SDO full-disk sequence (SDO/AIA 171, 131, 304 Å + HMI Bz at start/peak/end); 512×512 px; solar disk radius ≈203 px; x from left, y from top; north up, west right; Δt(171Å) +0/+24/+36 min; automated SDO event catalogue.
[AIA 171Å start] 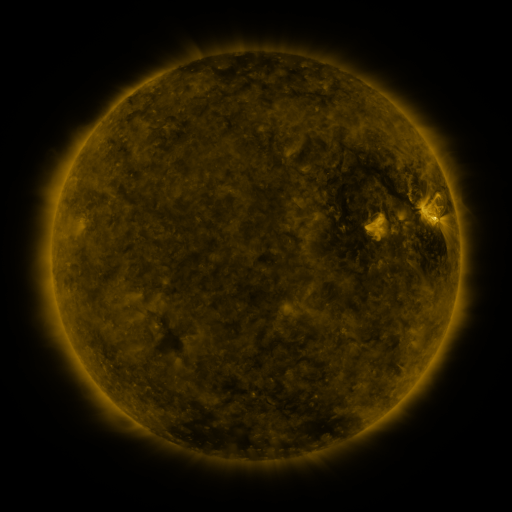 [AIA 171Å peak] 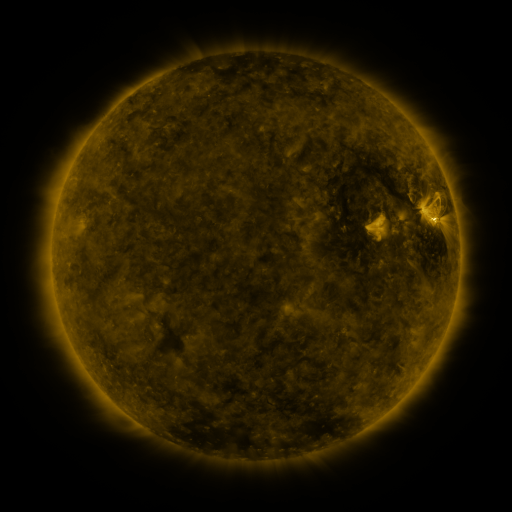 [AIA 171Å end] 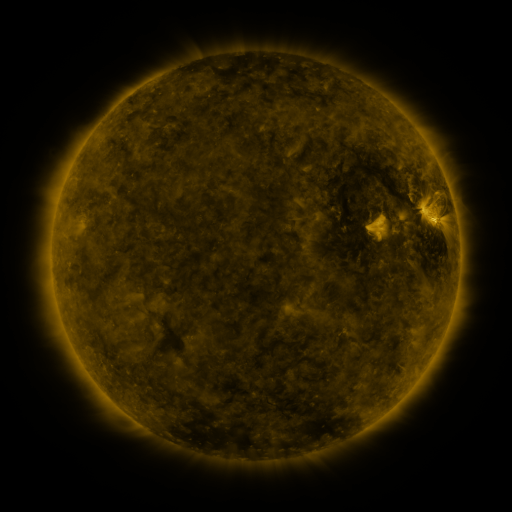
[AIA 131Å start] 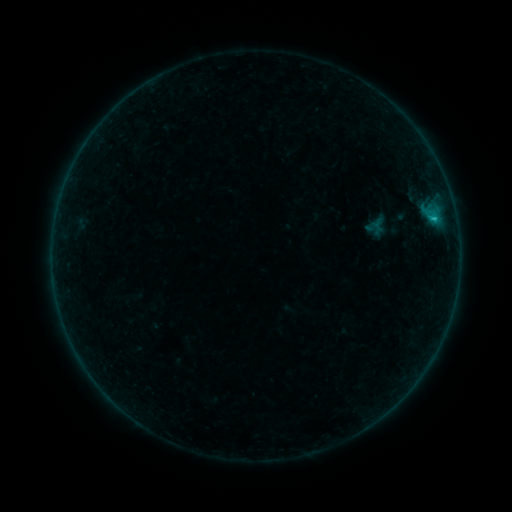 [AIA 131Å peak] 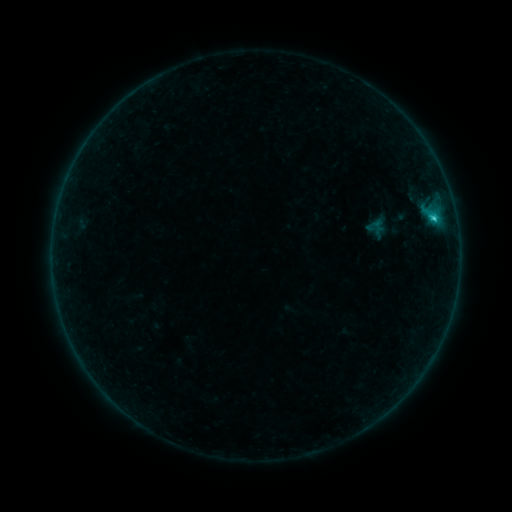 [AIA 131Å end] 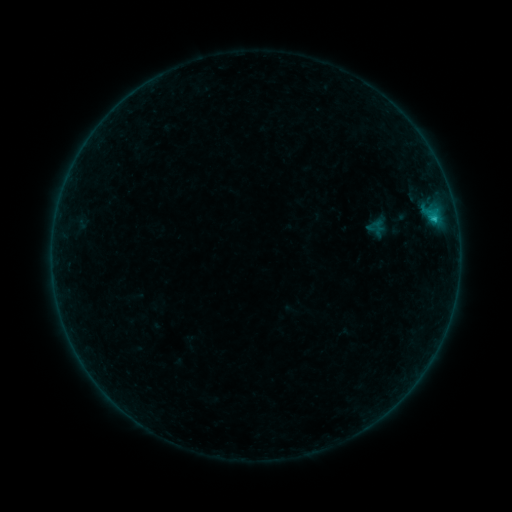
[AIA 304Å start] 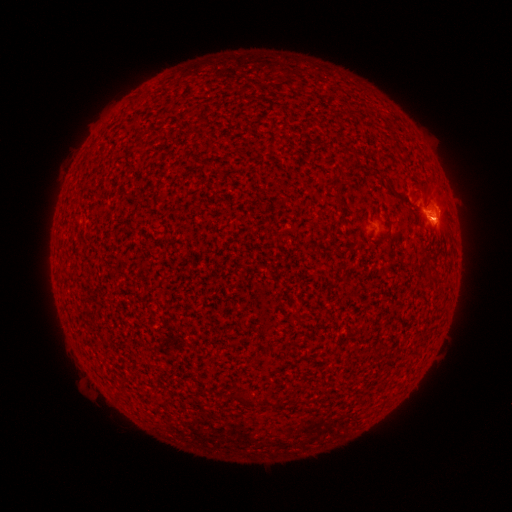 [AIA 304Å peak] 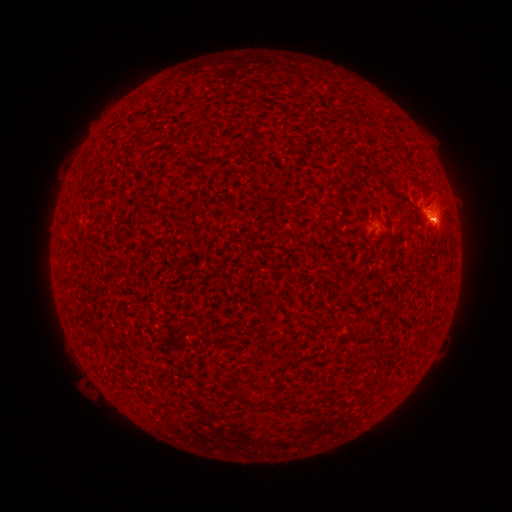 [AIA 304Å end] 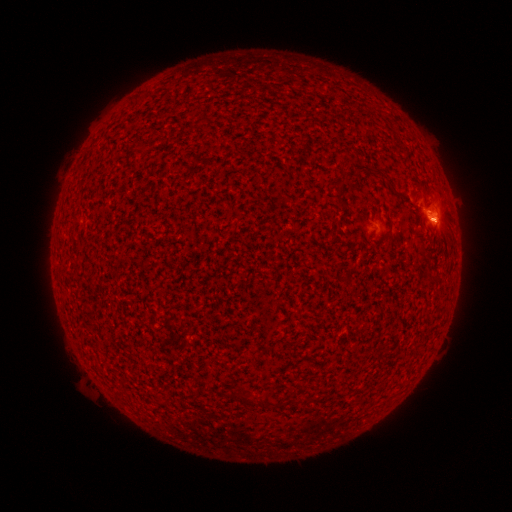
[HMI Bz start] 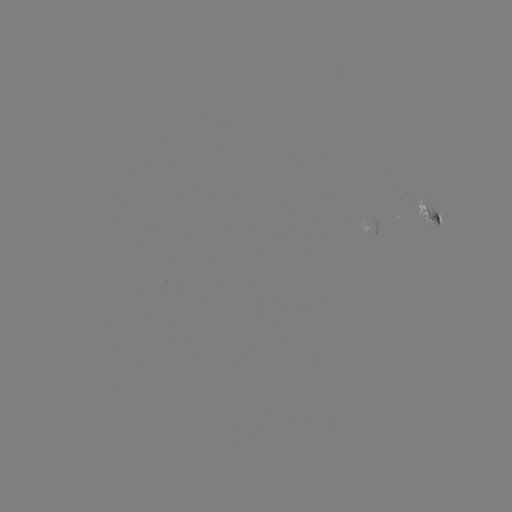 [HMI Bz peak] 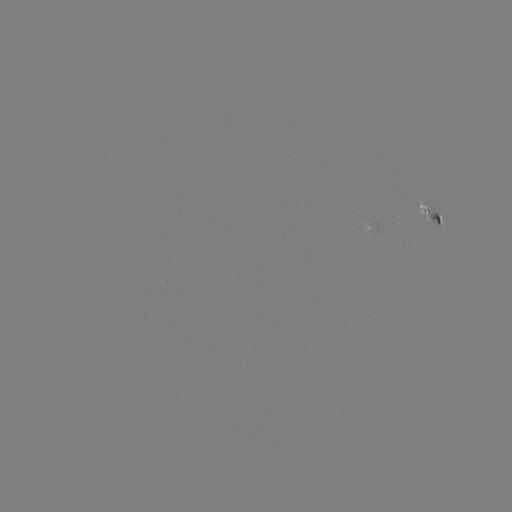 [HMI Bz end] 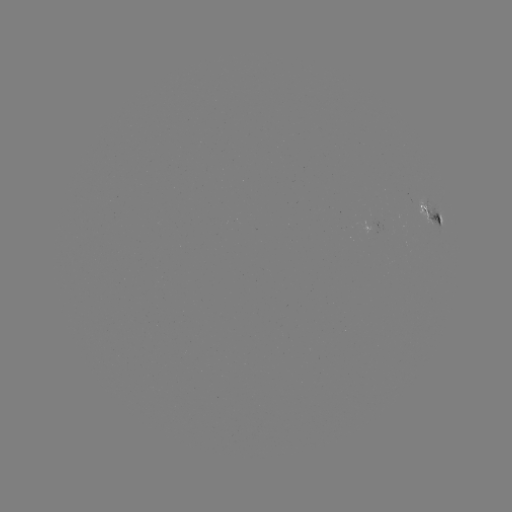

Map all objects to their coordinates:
B9.7 flare: (434, 219)
